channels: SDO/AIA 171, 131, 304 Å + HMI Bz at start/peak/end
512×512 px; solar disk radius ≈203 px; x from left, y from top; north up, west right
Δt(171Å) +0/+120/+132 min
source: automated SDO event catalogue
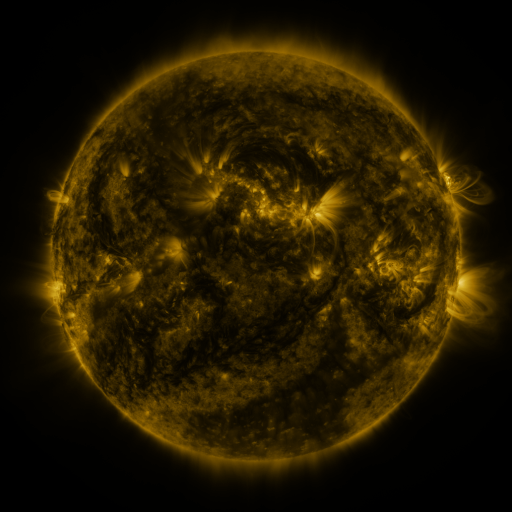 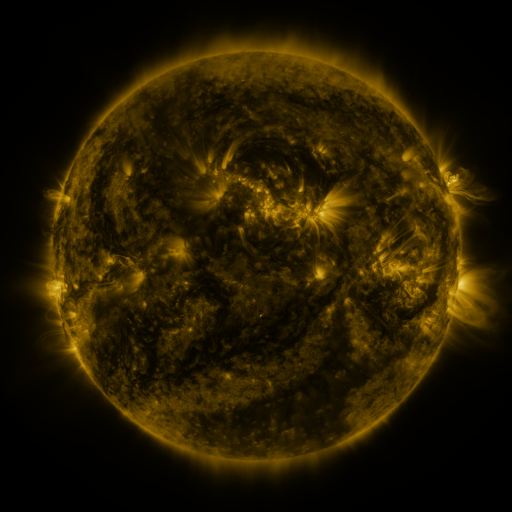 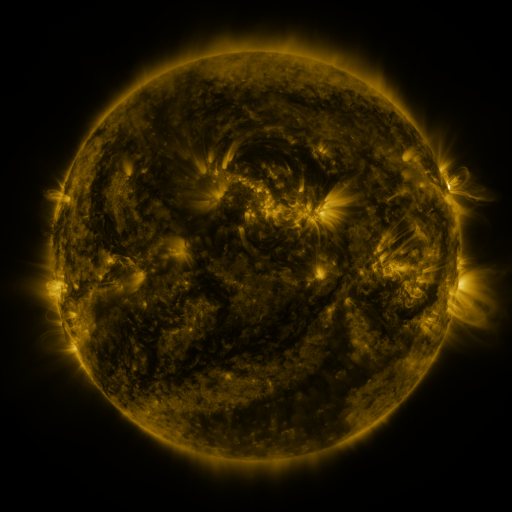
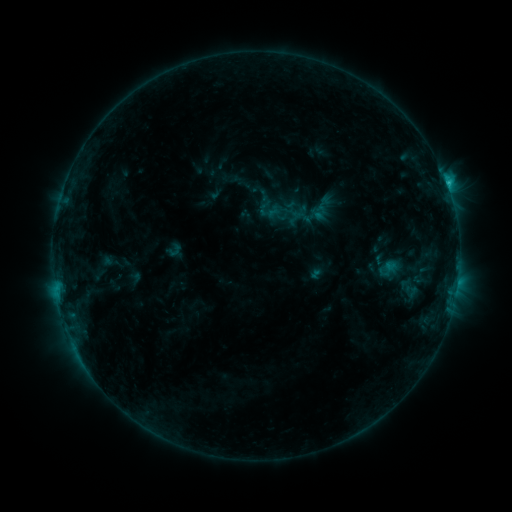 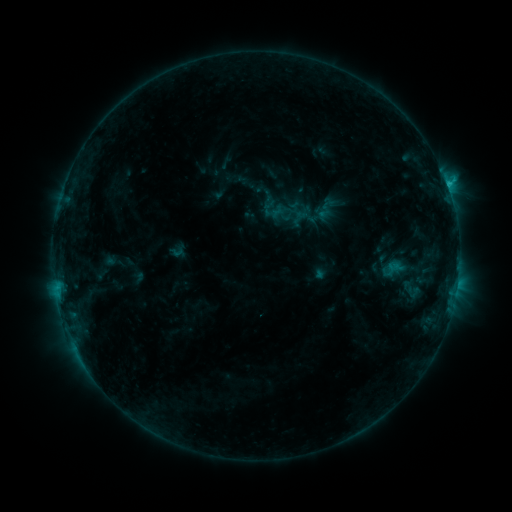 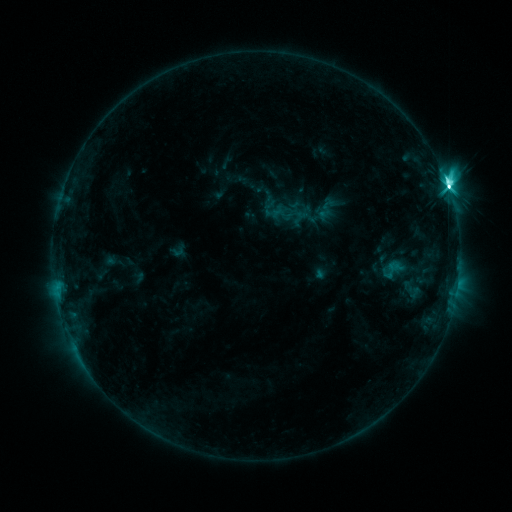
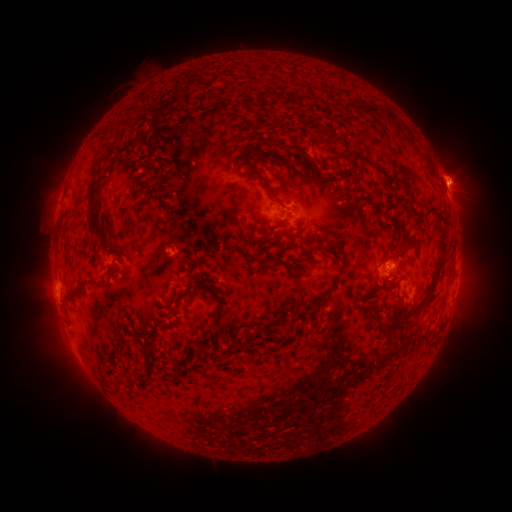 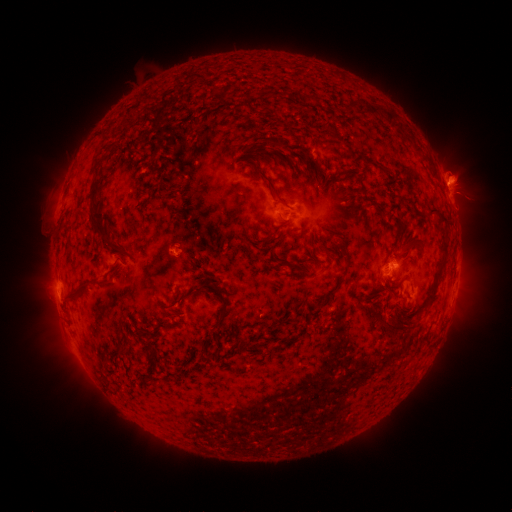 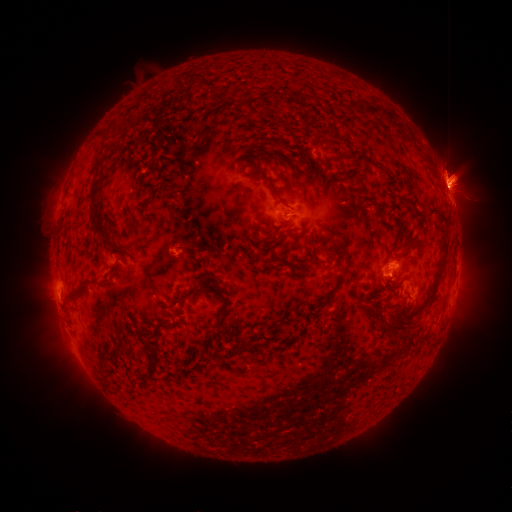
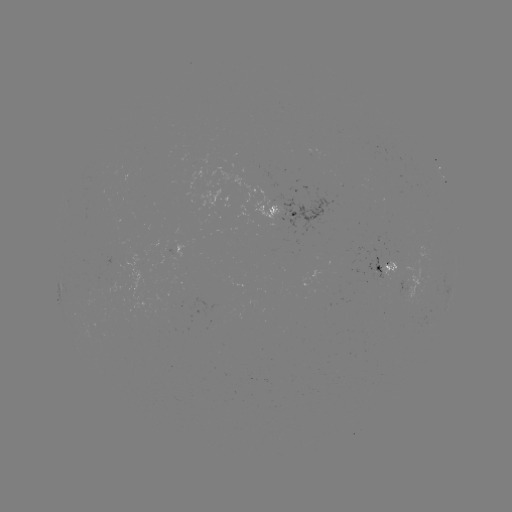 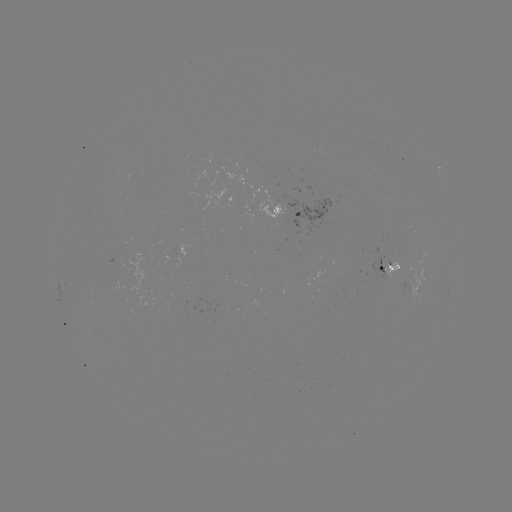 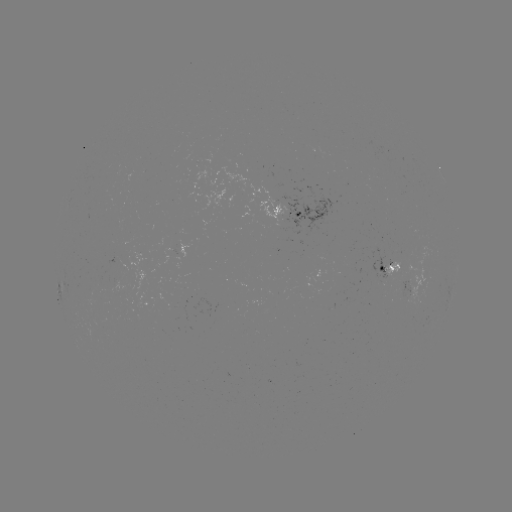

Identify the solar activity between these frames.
emerging-flux region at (413, 279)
